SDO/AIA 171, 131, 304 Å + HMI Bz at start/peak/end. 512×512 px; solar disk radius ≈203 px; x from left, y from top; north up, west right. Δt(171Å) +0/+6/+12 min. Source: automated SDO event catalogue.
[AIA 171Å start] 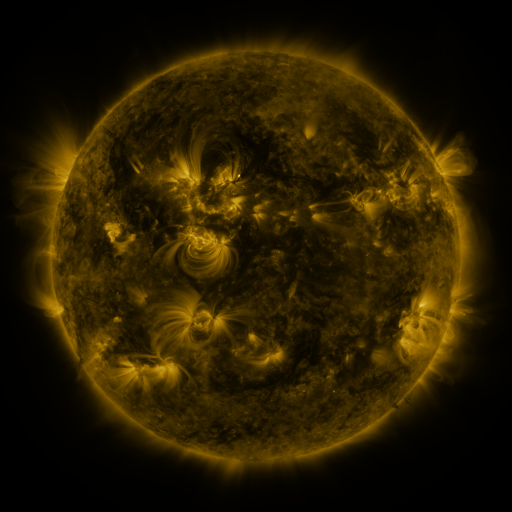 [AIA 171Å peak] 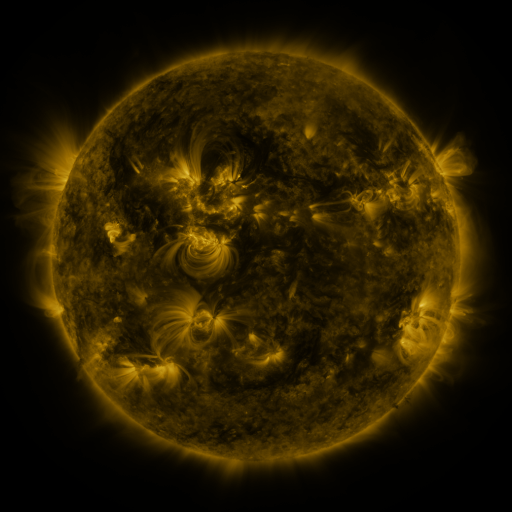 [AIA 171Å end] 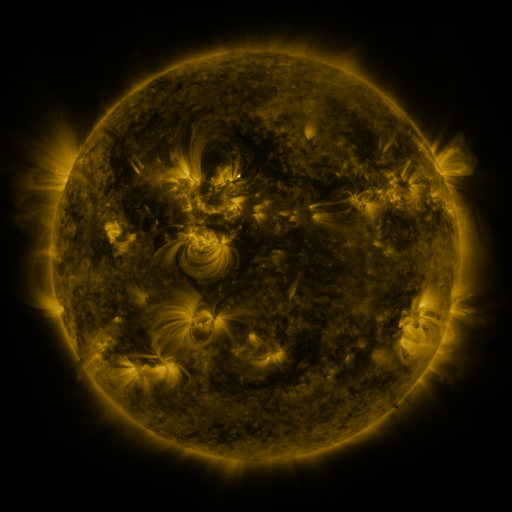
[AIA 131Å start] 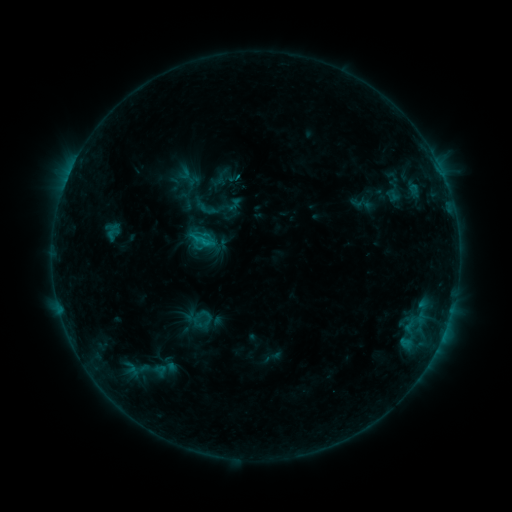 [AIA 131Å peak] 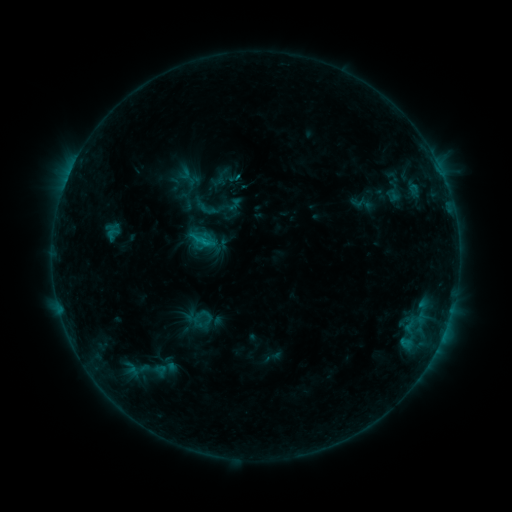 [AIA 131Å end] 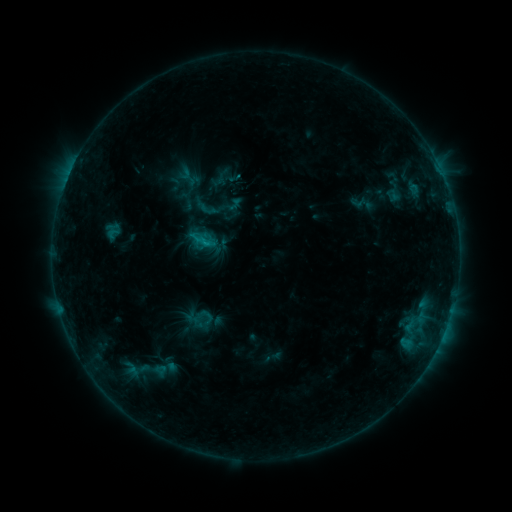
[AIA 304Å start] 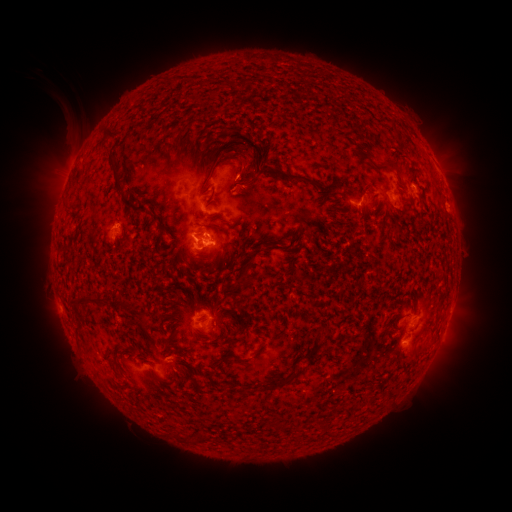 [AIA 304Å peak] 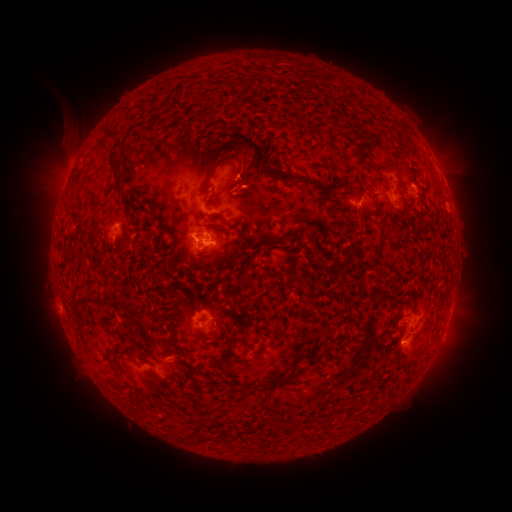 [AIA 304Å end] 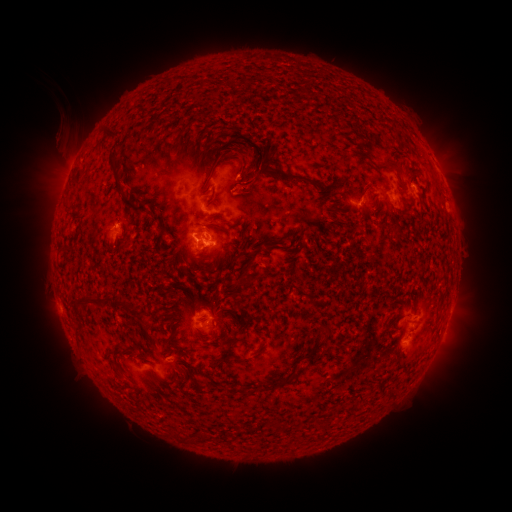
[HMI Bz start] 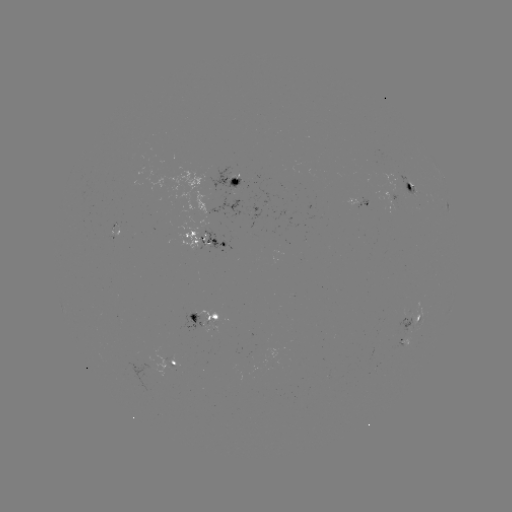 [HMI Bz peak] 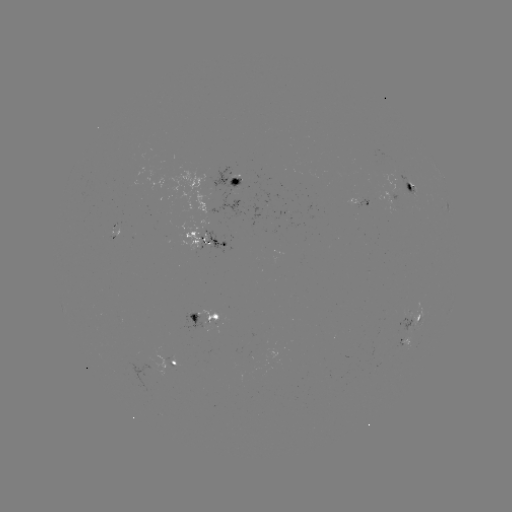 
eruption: (38, 112, 88, 164)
